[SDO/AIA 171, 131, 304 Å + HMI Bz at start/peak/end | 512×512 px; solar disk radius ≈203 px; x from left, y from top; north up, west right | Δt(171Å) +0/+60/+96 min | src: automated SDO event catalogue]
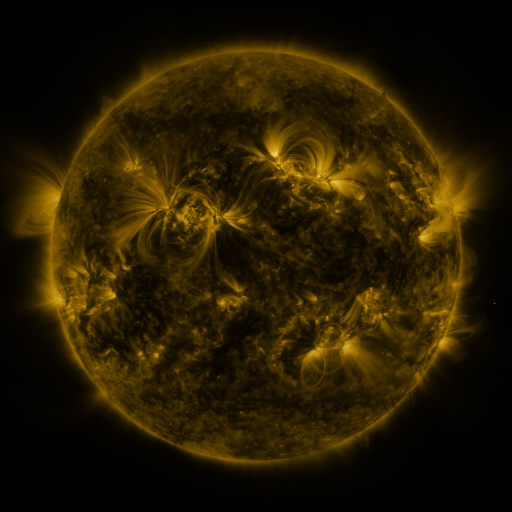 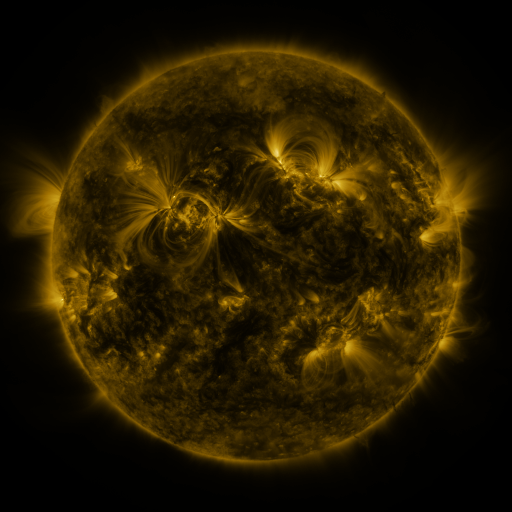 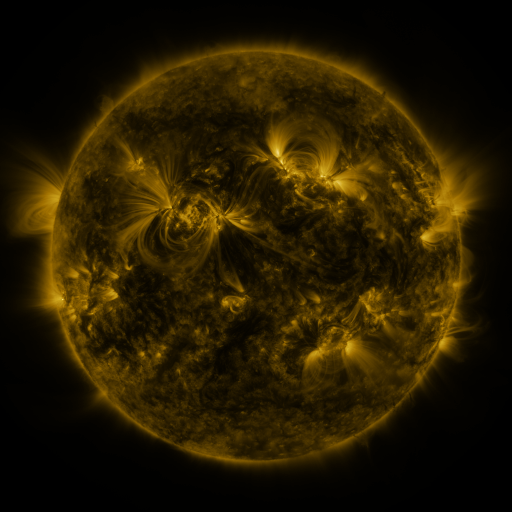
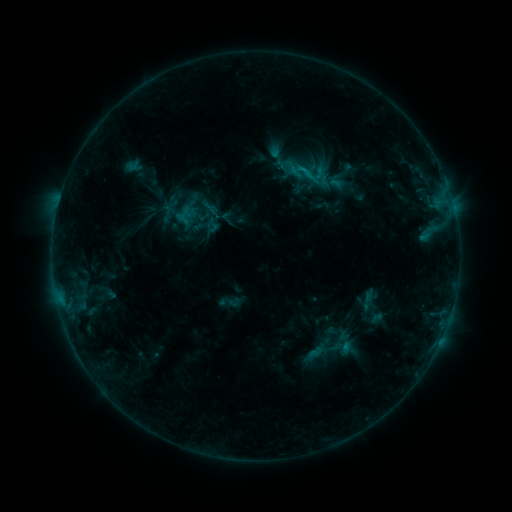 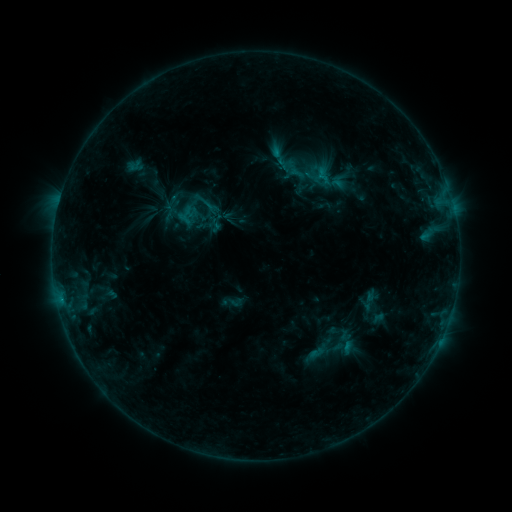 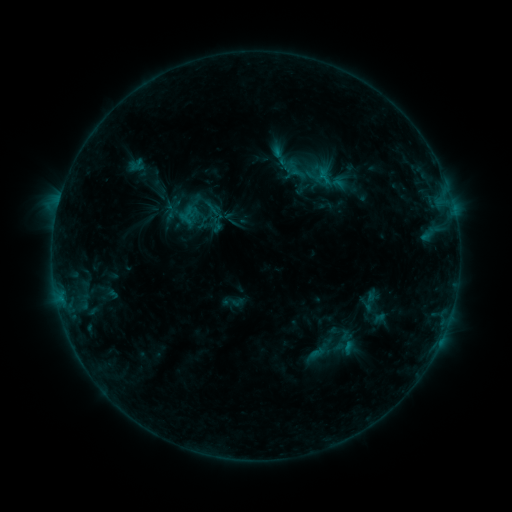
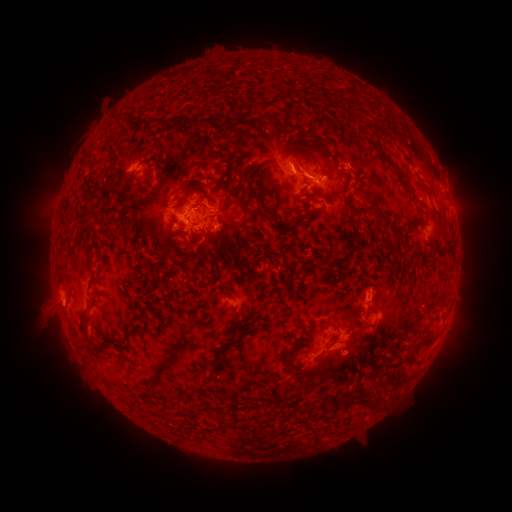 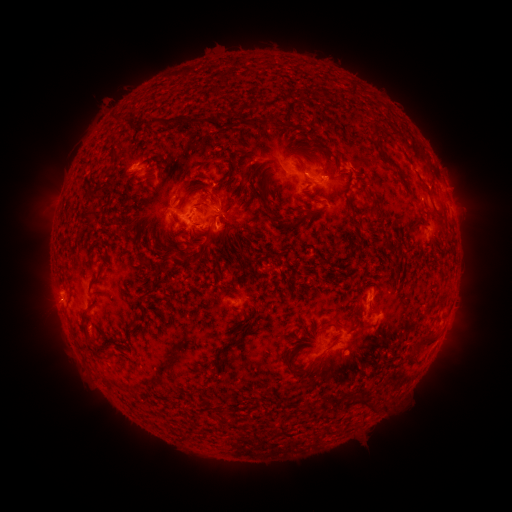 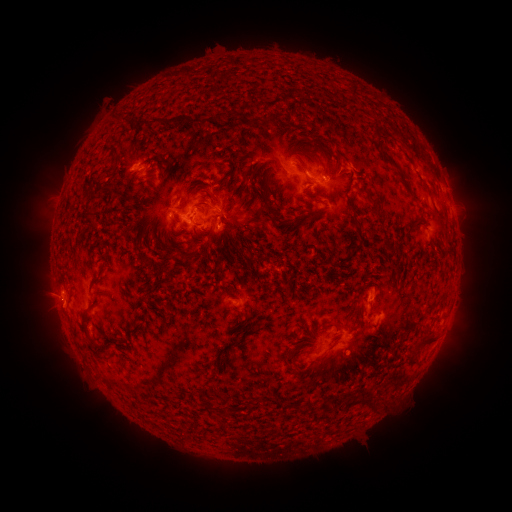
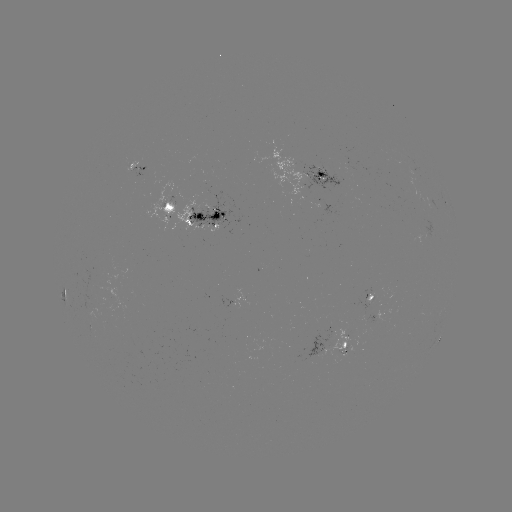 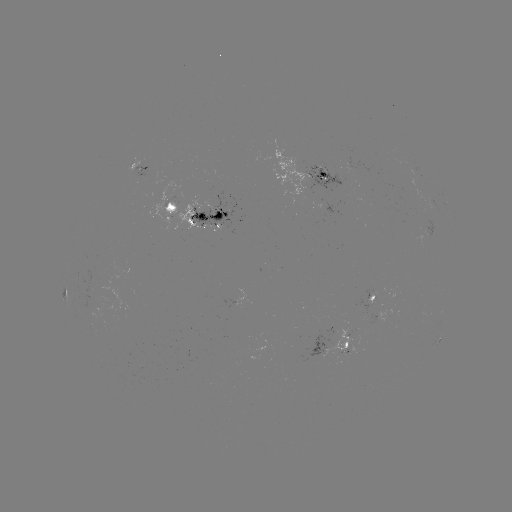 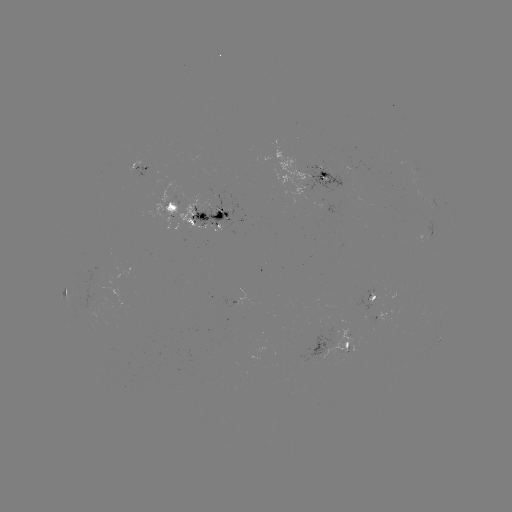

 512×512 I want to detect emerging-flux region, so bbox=[147, 182, 216, 233].